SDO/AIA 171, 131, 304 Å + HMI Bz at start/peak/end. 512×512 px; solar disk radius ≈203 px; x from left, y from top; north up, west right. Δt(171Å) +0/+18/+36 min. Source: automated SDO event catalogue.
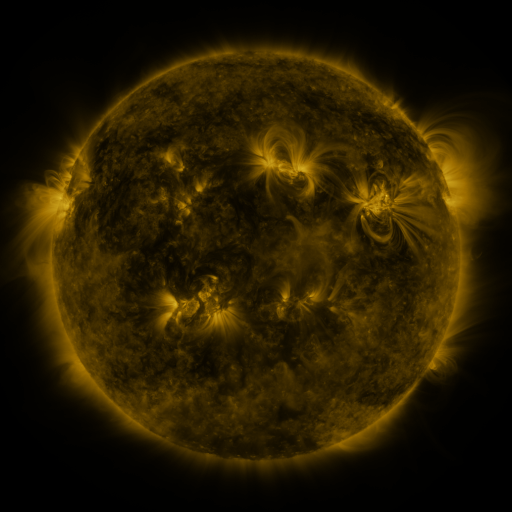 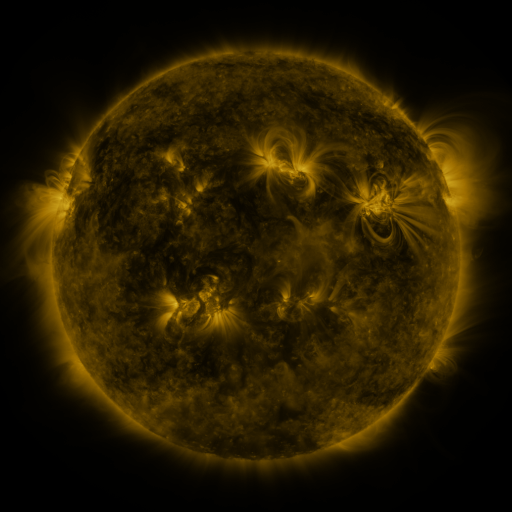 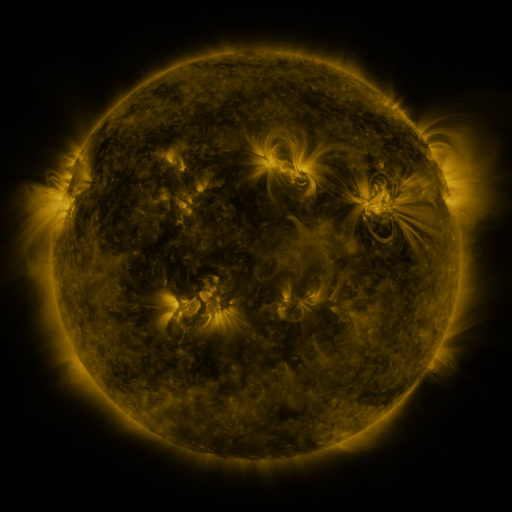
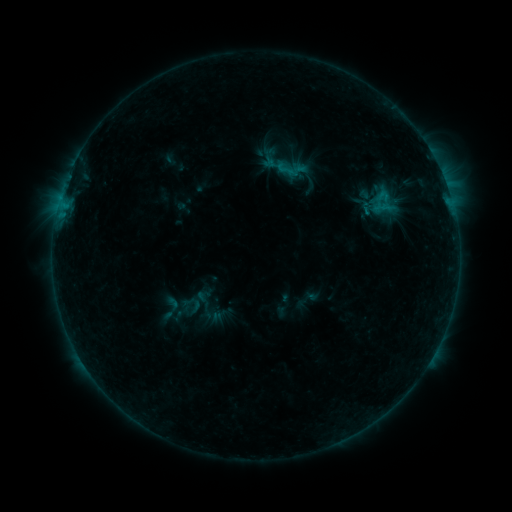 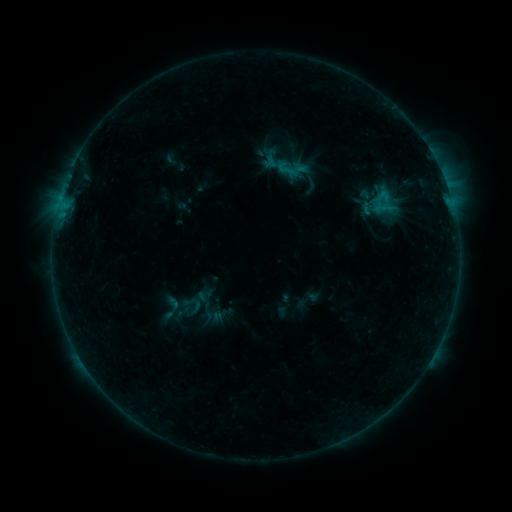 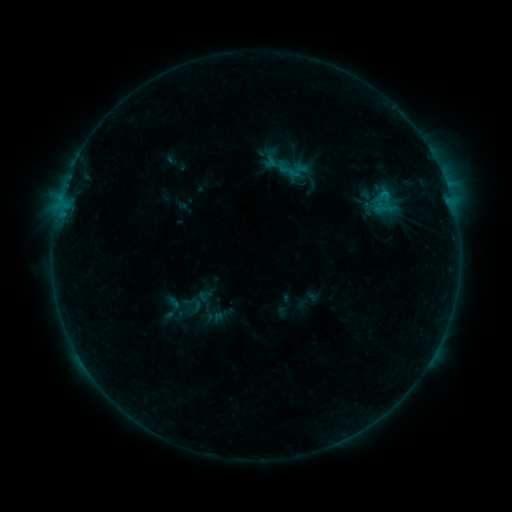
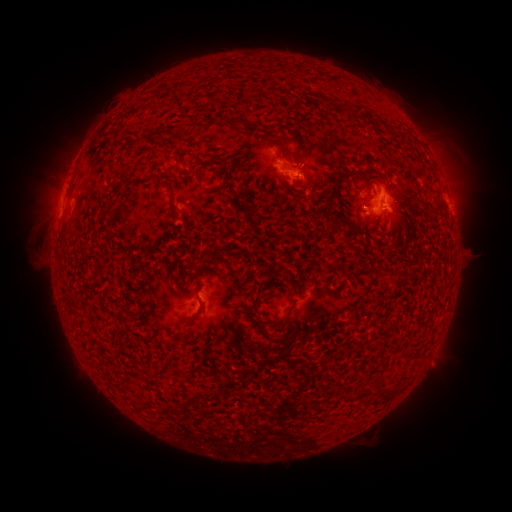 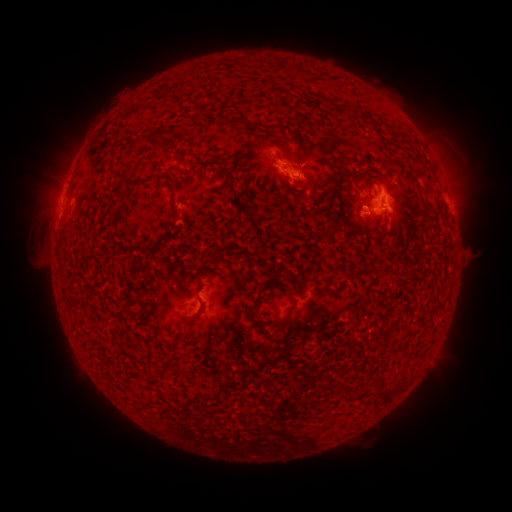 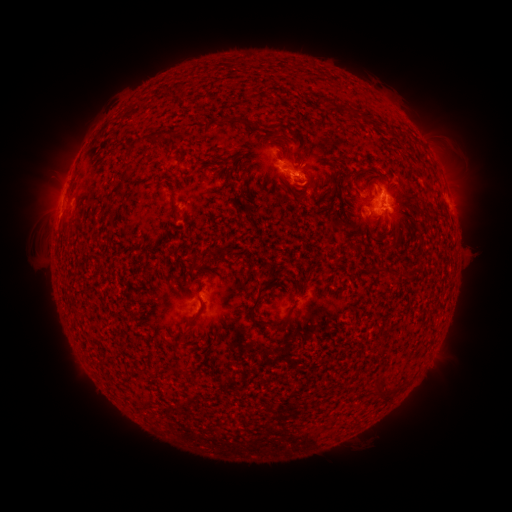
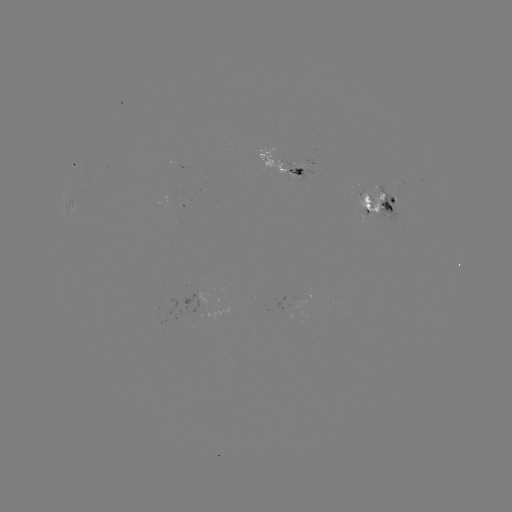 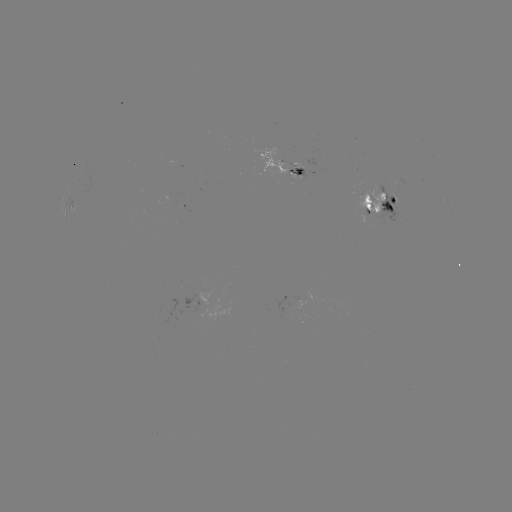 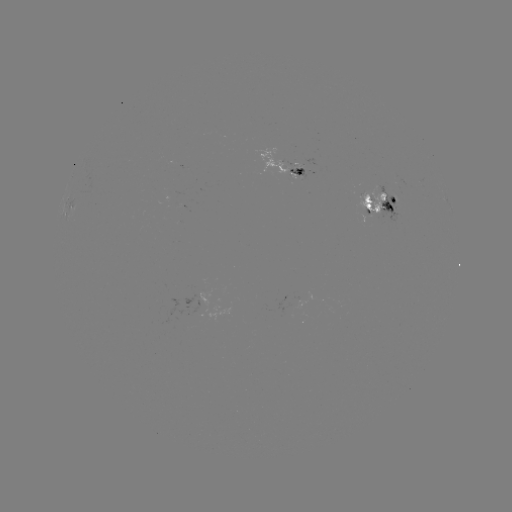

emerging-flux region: [288, 168, 305, 179]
